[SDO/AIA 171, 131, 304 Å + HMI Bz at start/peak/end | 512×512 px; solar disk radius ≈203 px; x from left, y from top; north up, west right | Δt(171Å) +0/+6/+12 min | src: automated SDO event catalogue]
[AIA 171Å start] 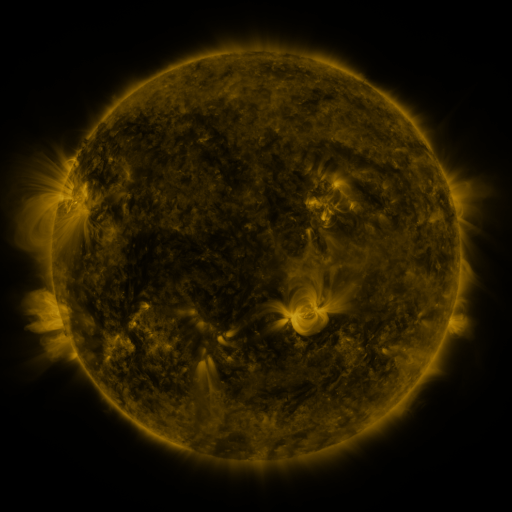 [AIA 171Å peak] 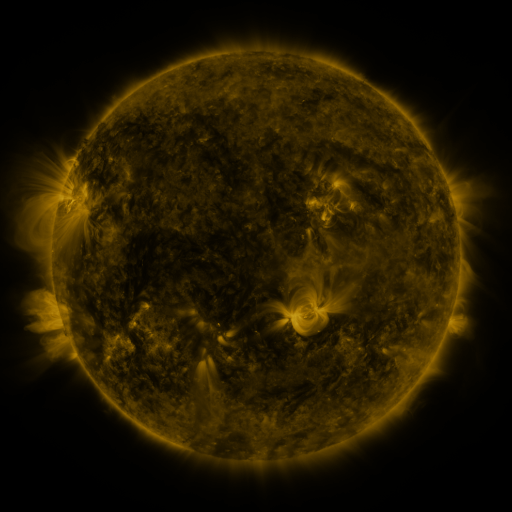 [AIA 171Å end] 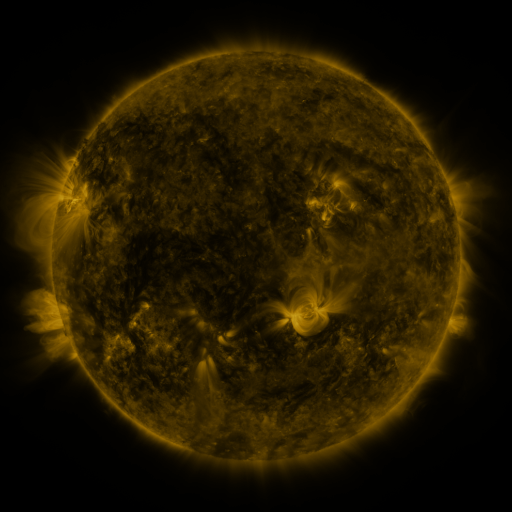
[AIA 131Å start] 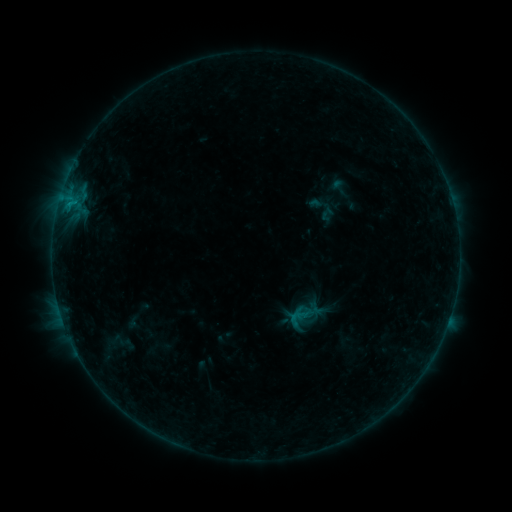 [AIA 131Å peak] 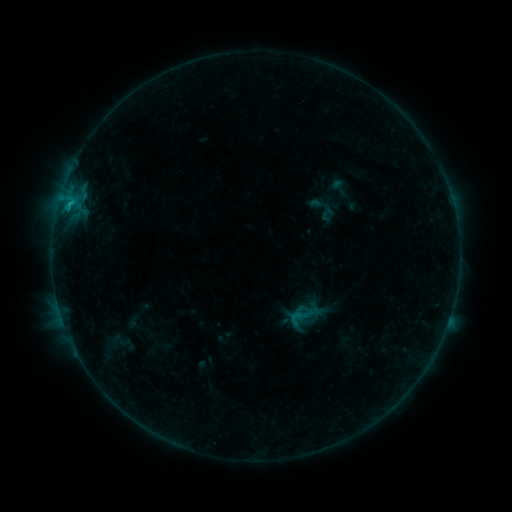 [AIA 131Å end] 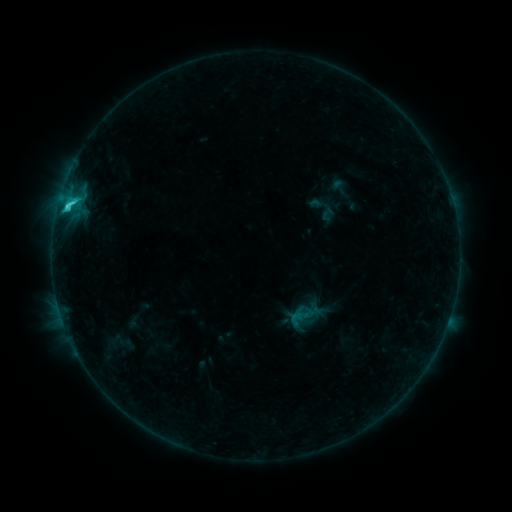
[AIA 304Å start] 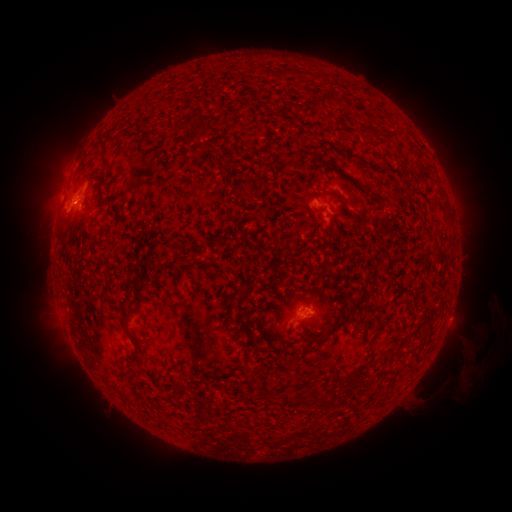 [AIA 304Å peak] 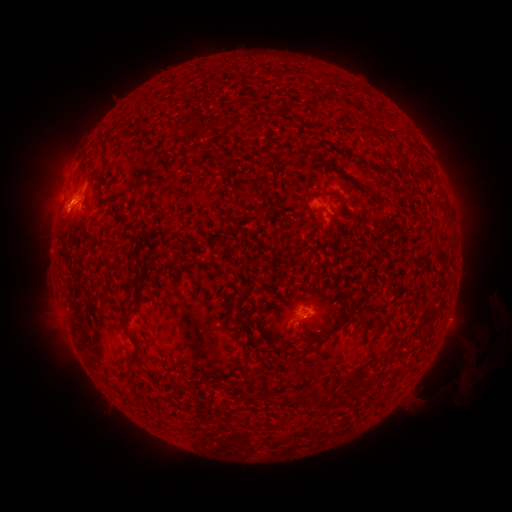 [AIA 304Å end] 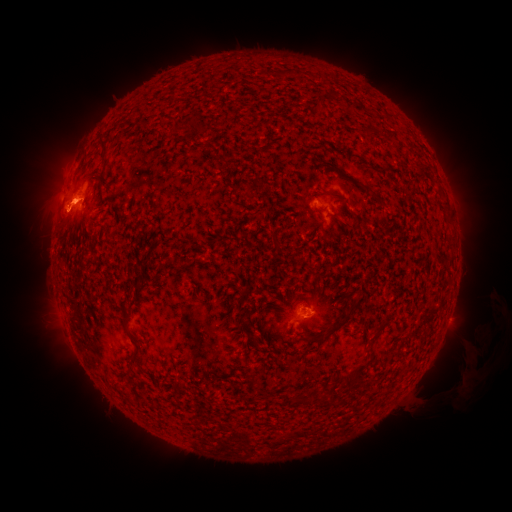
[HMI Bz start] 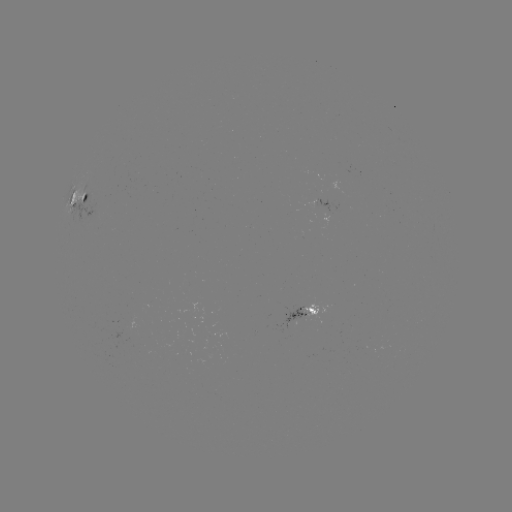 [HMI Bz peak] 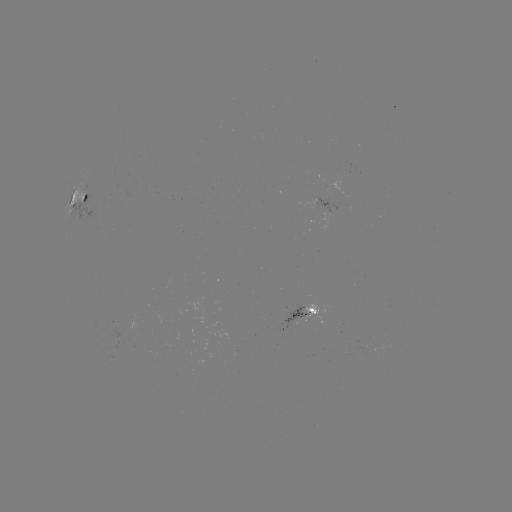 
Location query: C2.6 flare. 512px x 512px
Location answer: (69, 207).